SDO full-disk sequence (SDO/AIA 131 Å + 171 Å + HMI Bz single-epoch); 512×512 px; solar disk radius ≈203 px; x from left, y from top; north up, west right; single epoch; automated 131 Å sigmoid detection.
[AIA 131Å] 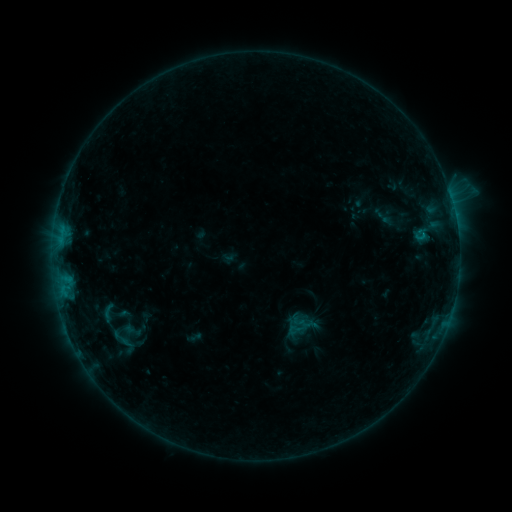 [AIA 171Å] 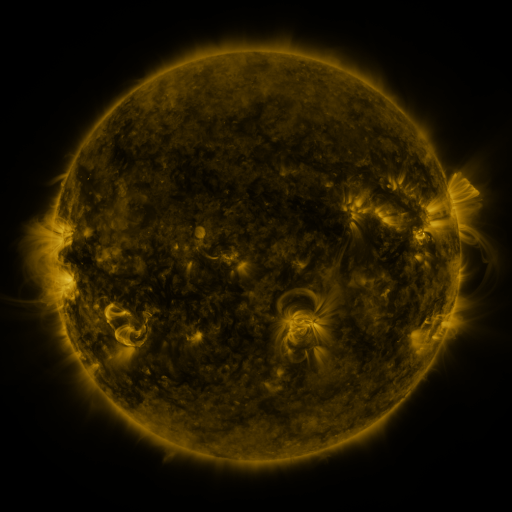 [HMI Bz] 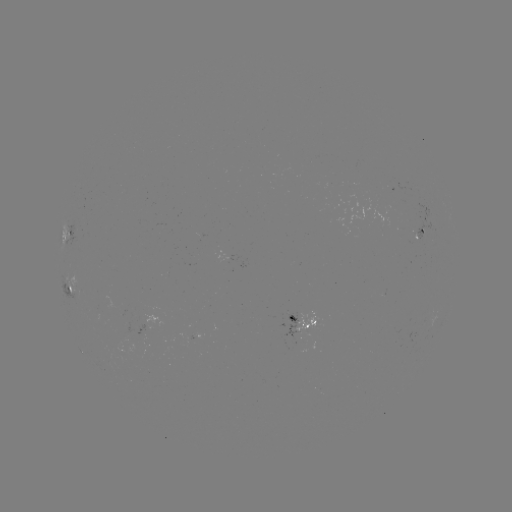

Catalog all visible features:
sigmoid: (107, 313)
sigmoid: (126, 344)
